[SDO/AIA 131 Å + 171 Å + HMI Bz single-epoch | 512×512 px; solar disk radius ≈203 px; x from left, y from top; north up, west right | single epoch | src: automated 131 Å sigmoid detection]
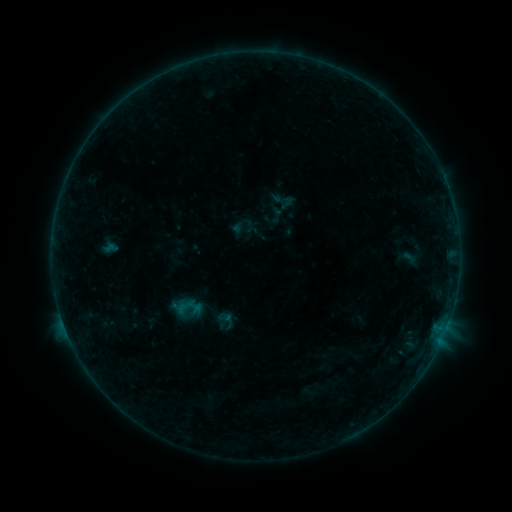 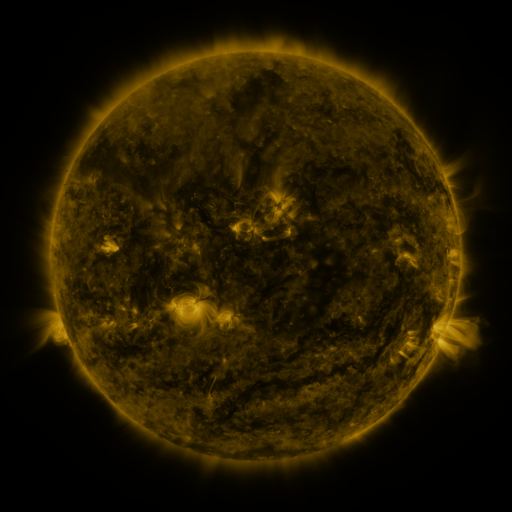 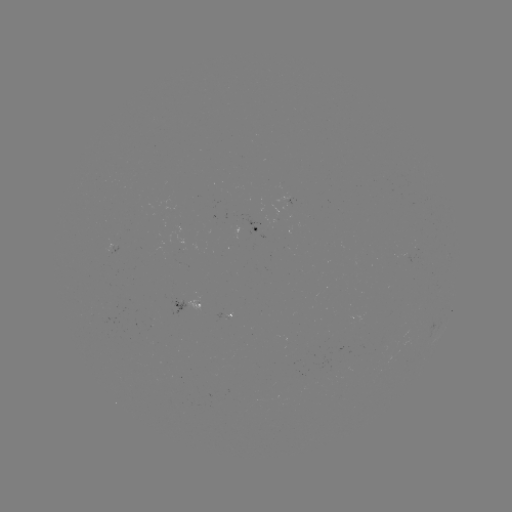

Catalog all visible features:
sigmoid: (410, 258)
